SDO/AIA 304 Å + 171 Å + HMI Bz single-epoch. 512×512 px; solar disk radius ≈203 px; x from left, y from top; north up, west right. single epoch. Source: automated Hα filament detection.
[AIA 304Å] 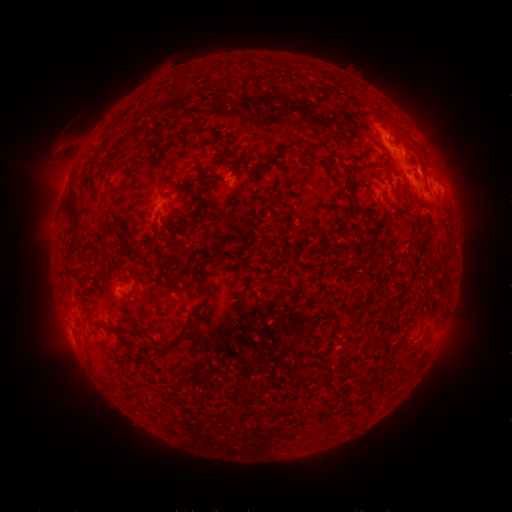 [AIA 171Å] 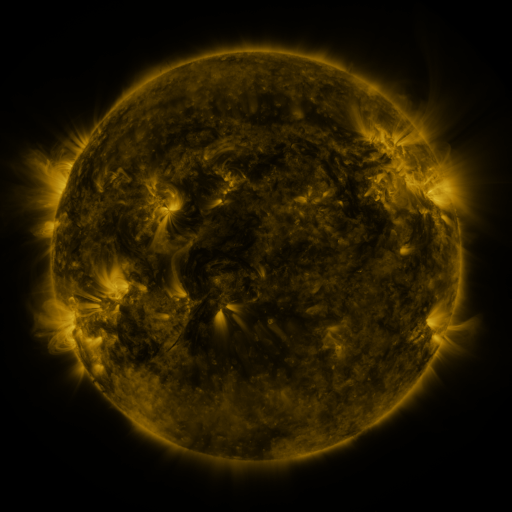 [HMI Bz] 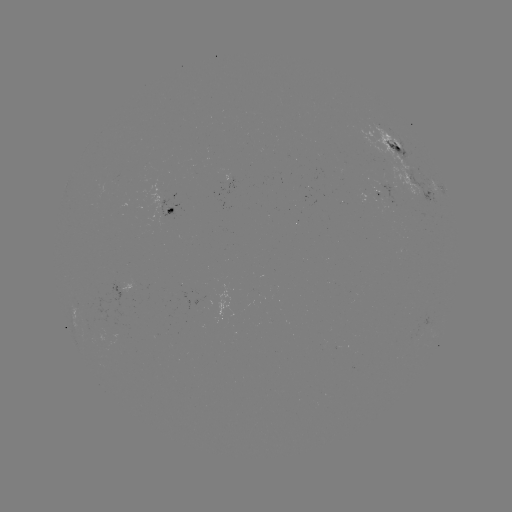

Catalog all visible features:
filament: [178, 136, 188, 145]
filament: [277, 141, 299, 155]
filament: [63, 187, 81, 229]
filament: [70, 233, 80, 241]
filament: [158, 326, 186, 356]
filament: [119, 344, 129, 354]
filament: [373, 363, 383, 372]
